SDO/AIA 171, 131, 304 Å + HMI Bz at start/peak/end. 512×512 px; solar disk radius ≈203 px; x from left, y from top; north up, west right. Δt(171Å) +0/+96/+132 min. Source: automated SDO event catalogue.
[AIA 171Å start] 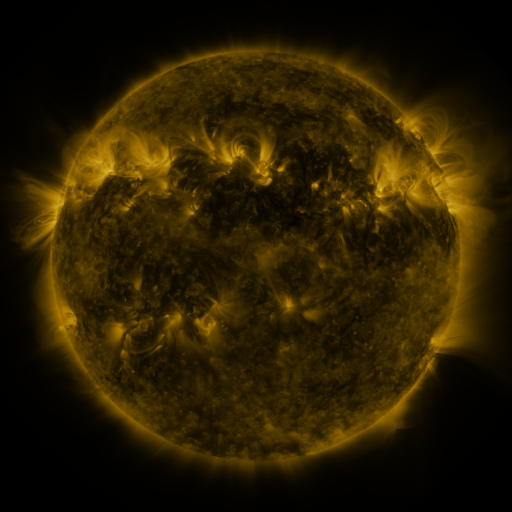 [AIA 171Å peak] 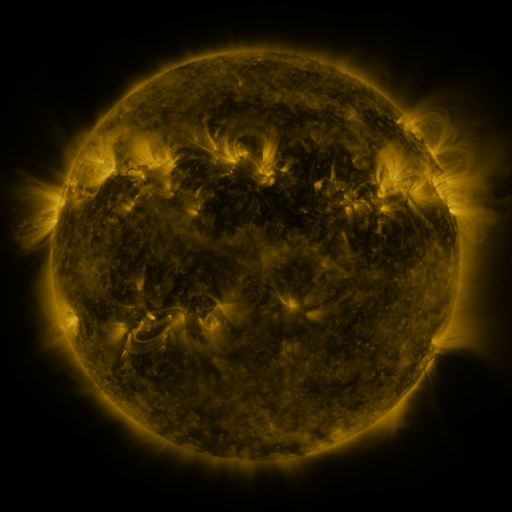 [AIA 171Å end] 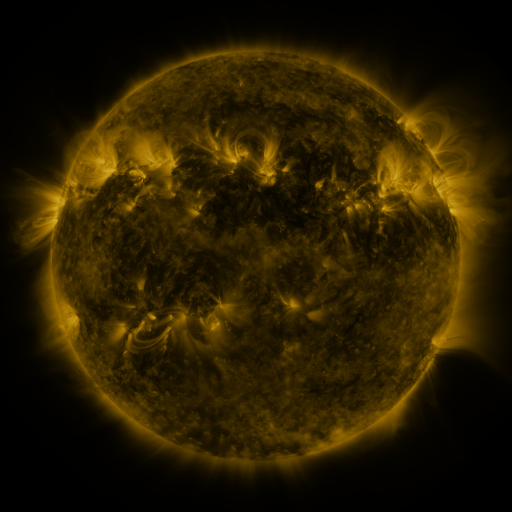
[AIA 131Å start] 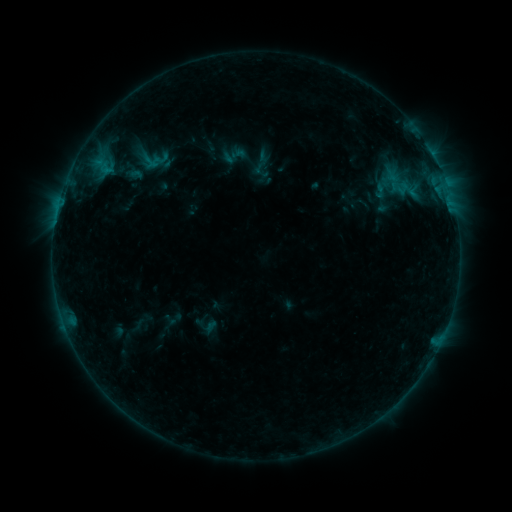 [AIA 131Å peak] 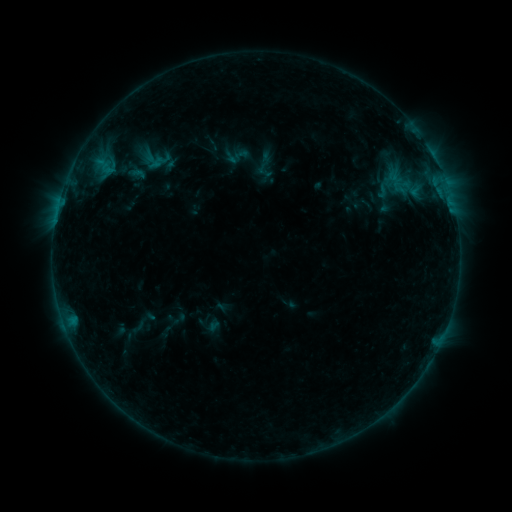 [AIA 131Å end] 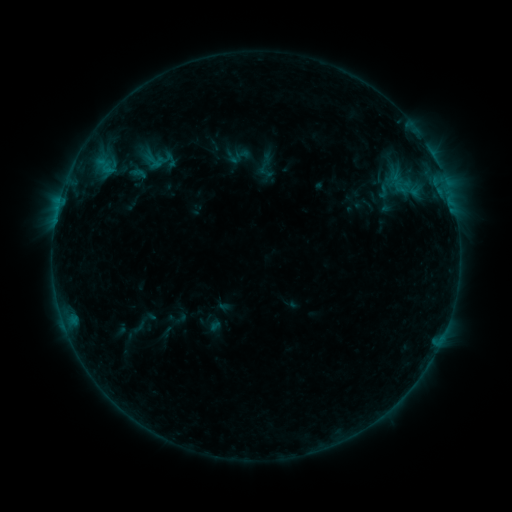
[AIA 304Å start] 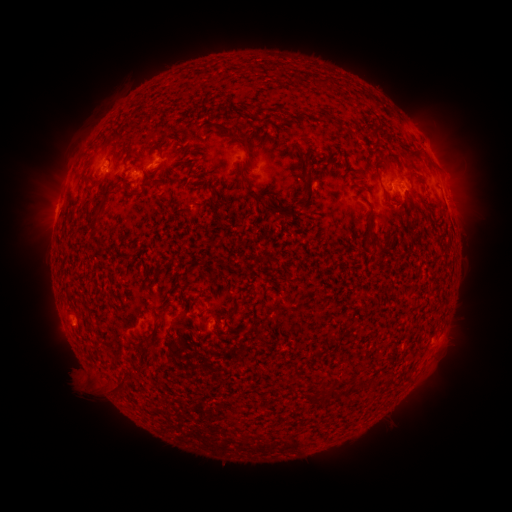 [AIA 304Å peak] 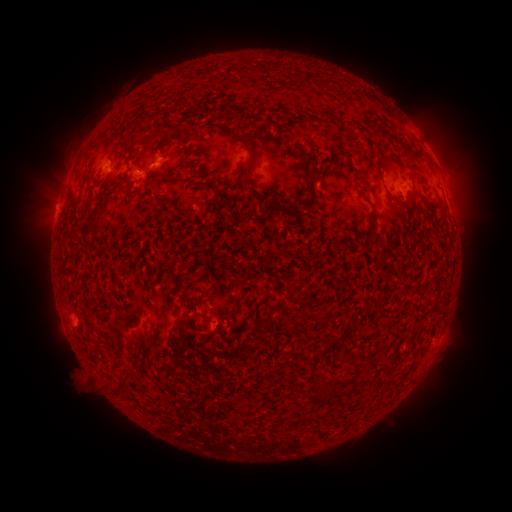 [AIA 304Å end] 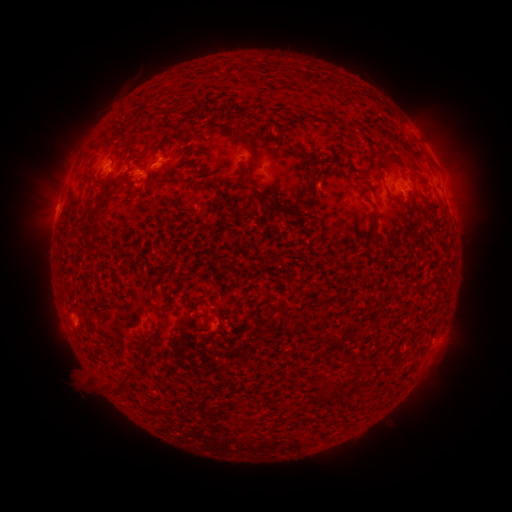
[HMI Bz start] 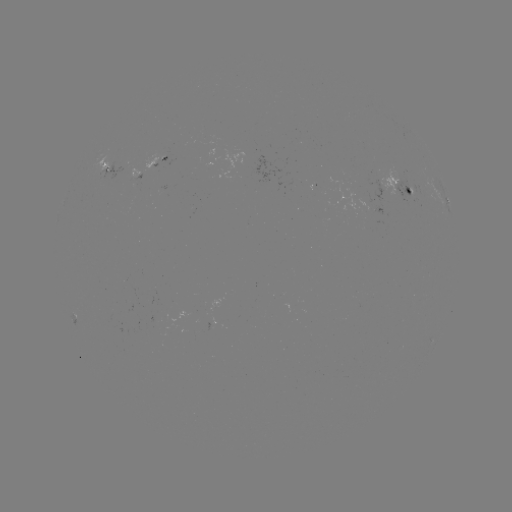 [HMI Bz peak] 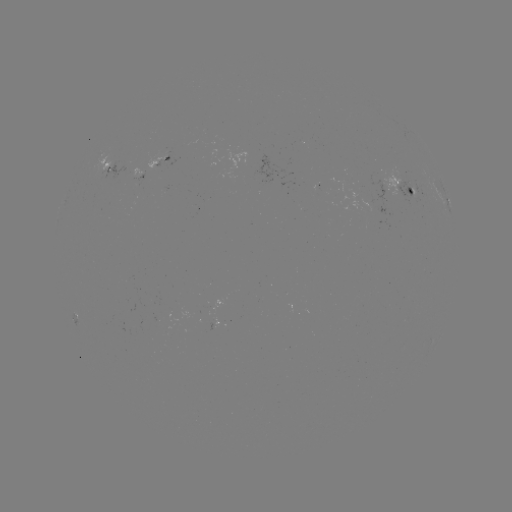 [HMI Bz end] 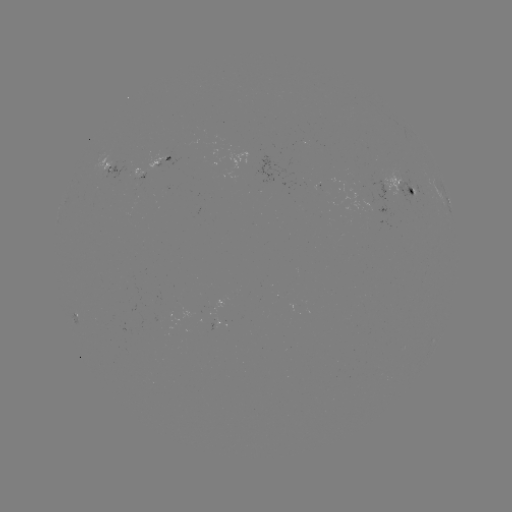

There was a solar emerging-flux region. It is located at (410, 188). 